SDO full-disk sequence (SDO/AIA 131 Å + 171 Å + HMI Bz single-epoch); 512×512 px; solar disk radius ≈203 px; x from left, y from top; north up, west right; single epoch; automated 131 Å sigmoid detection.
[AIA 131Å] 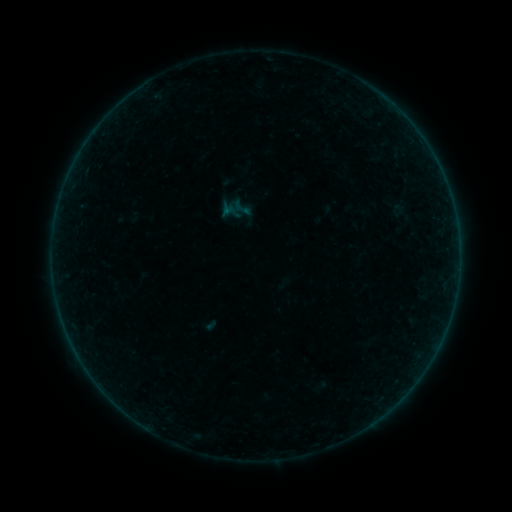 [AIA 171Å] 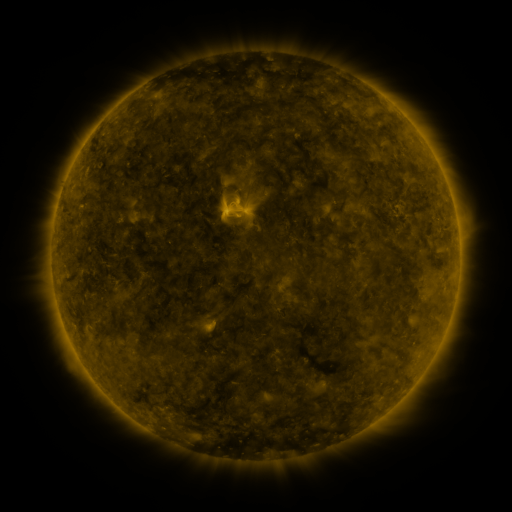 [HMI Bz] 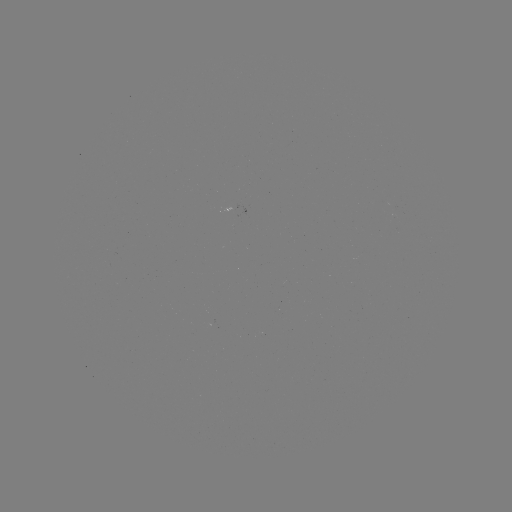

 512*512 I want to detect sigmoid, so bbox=[230, 196, 253, 219].